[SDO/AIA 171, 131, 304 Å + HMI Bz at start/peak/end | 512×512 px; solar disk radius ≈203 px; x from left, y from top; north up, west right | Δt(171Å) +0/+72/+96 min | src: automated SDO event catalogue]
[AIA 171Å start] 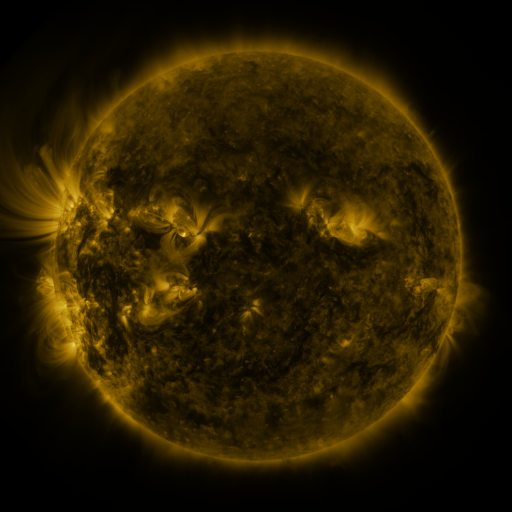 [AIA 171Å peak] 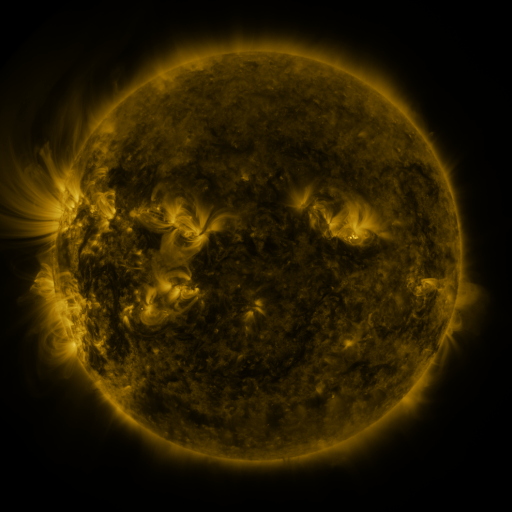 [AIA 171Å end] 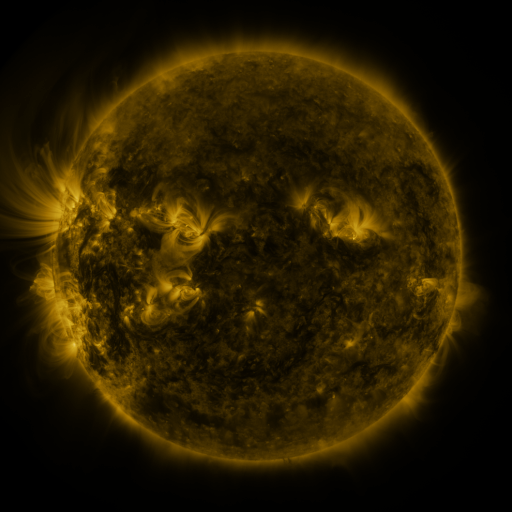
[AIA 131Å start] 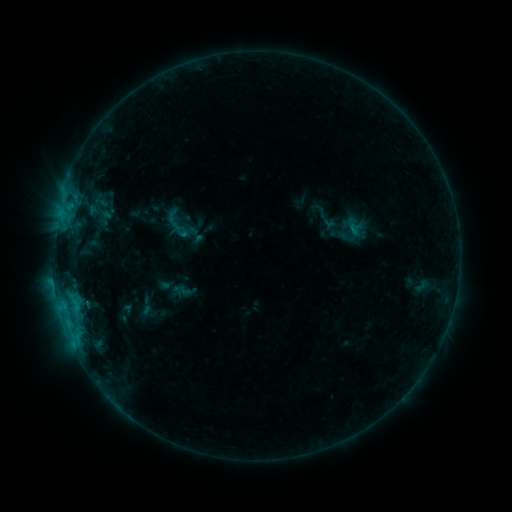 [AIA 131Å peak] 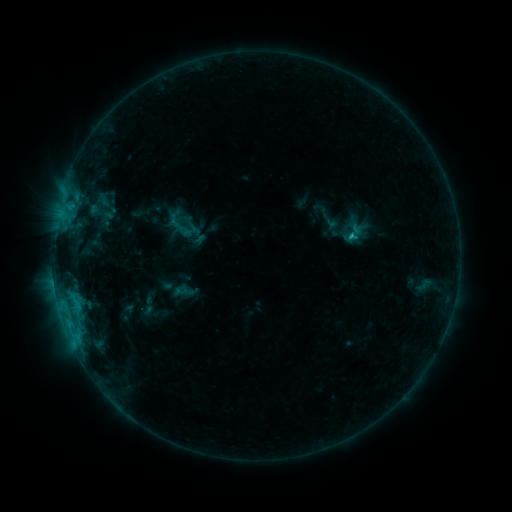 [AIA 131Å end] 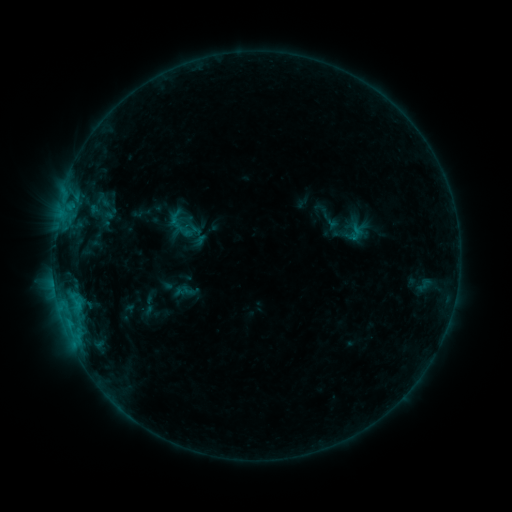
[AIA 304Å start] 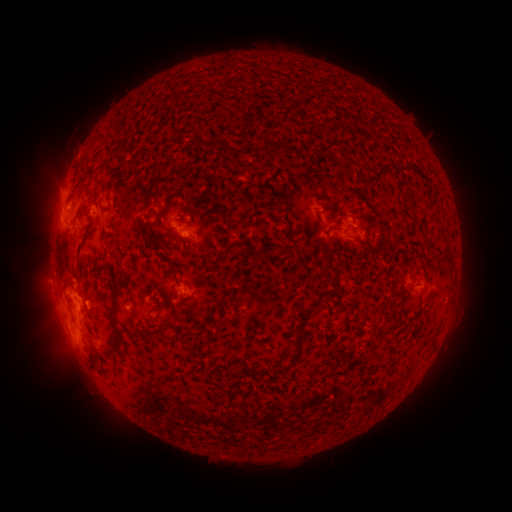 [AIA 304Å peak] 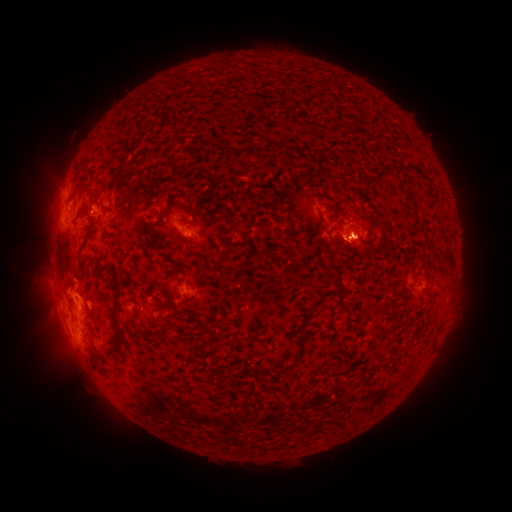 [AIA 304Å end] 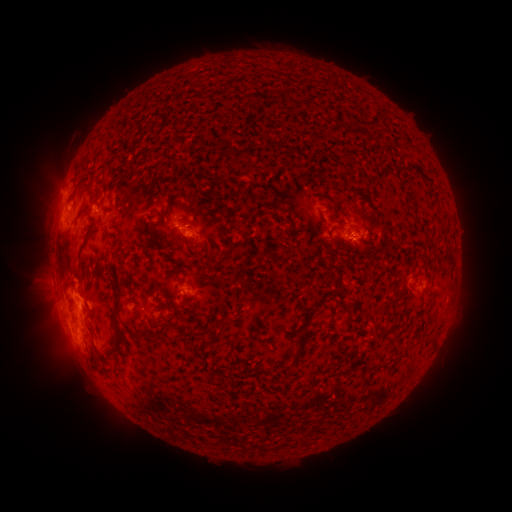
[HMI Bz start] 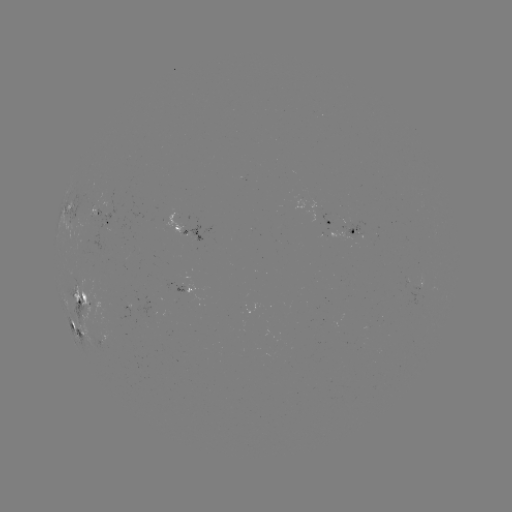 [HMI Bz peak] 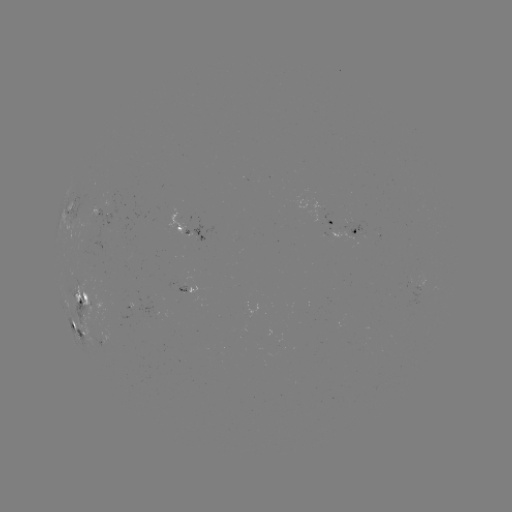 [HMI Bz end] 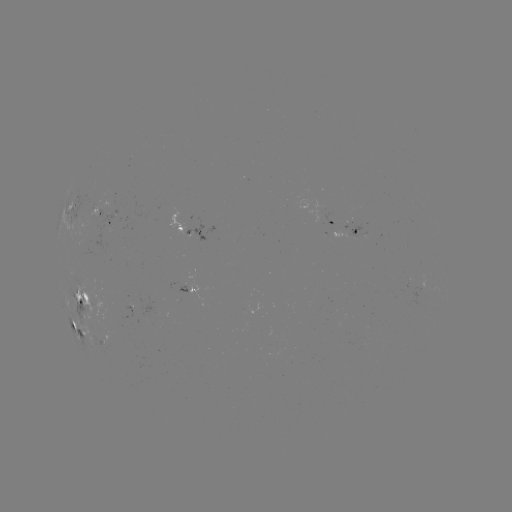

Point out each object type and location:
emerging-flux region: (94, 207)
